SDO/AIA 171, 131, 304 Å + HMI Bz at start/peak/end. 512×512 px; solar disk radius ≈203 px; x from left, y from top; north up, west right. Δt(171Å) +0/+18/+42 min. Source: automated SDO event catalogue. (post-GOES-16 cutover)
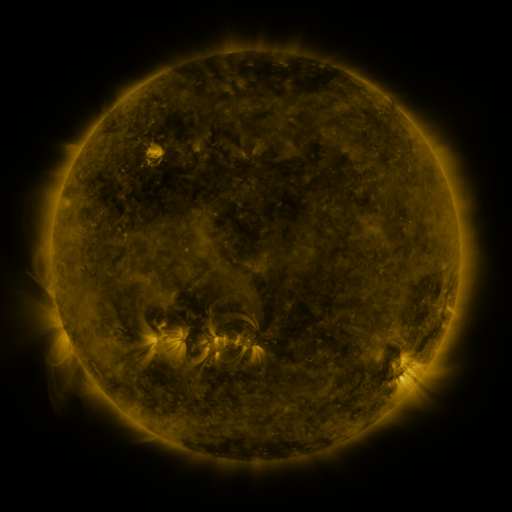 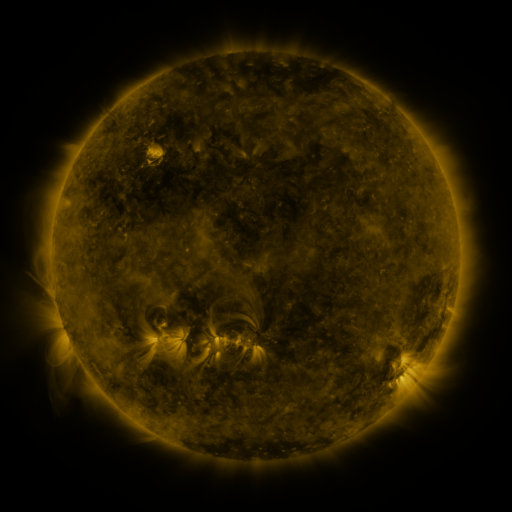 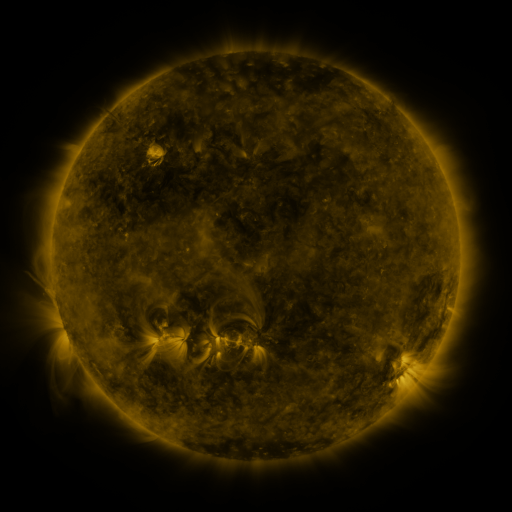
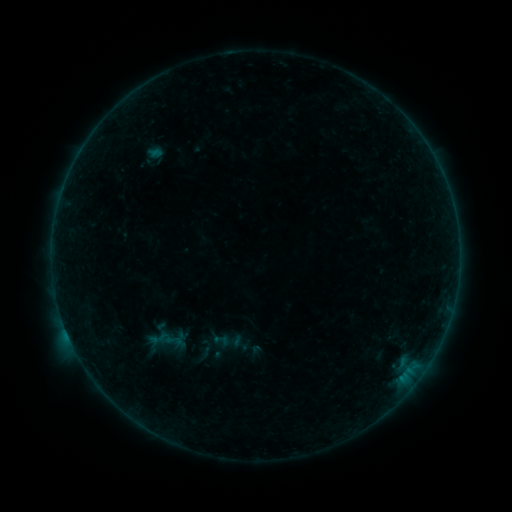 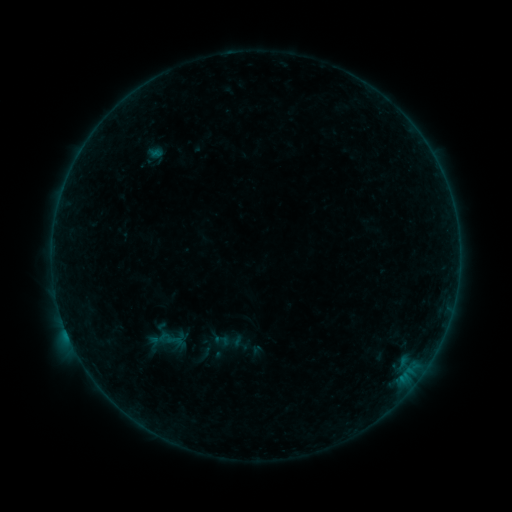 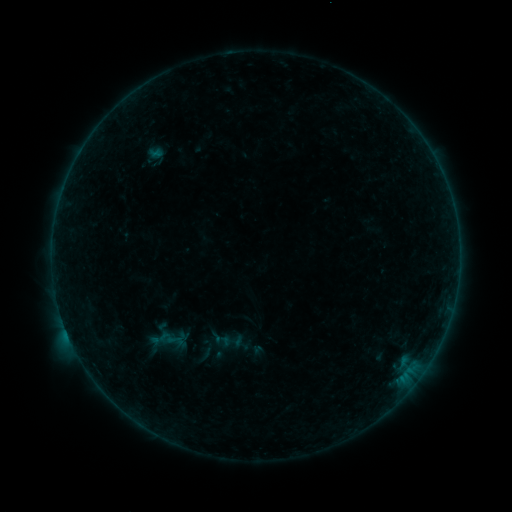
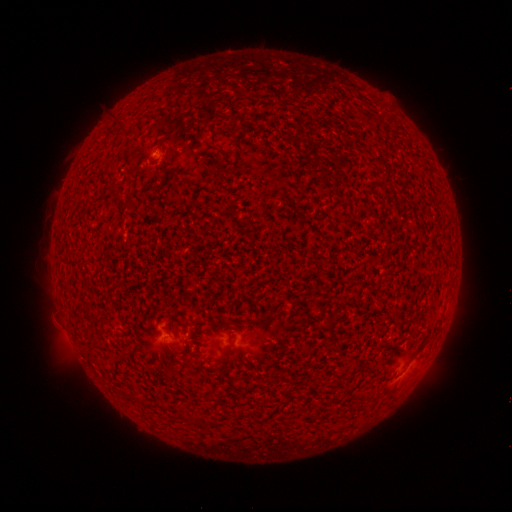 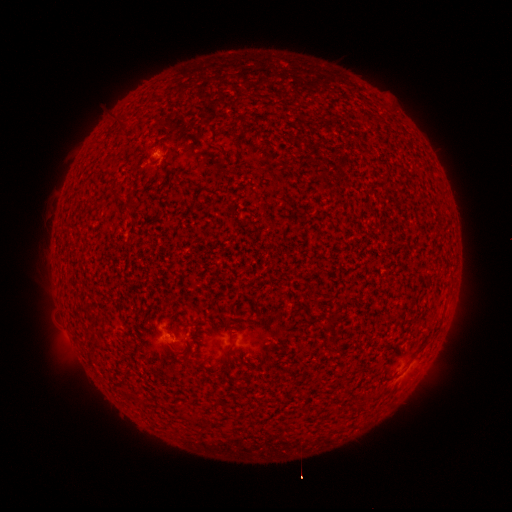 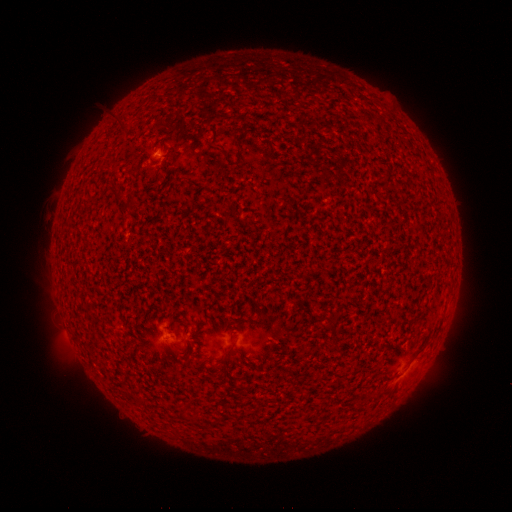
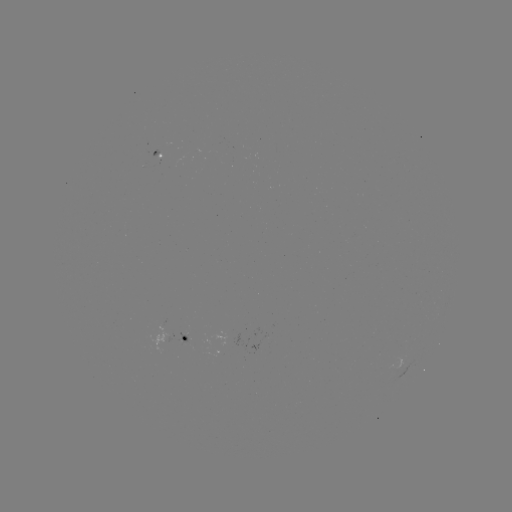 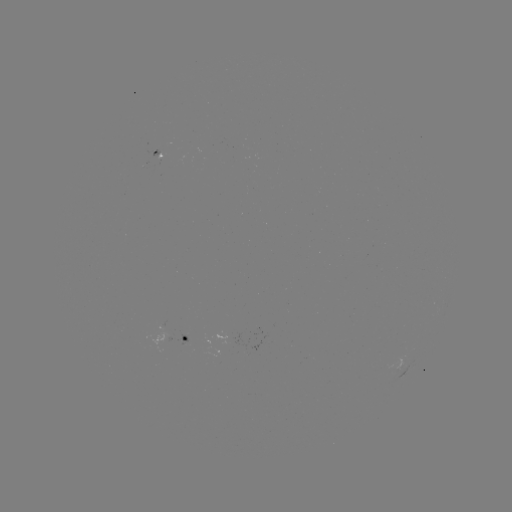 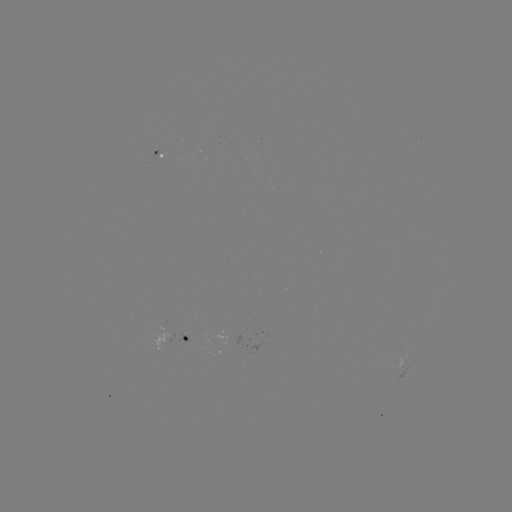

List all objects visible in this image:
B4.3 flare: (67, 332)
